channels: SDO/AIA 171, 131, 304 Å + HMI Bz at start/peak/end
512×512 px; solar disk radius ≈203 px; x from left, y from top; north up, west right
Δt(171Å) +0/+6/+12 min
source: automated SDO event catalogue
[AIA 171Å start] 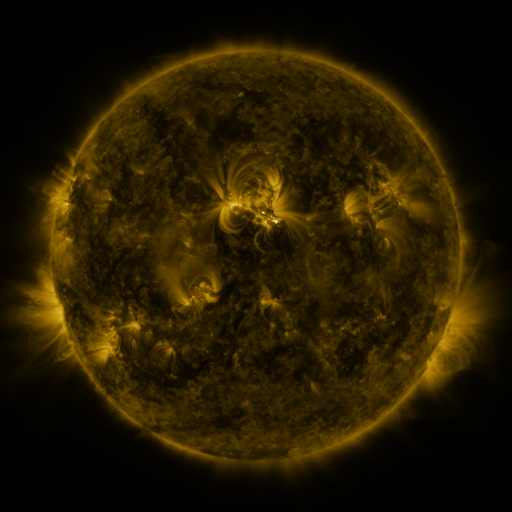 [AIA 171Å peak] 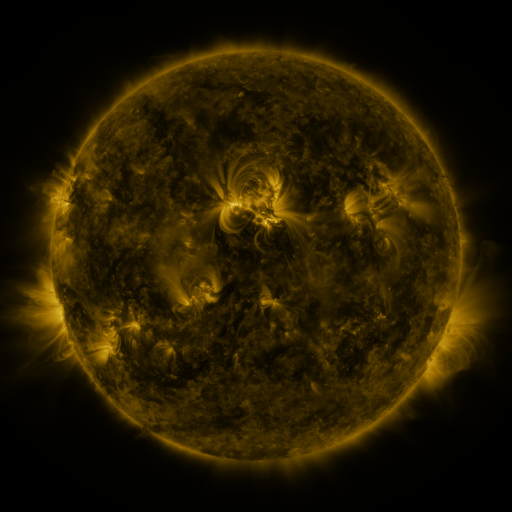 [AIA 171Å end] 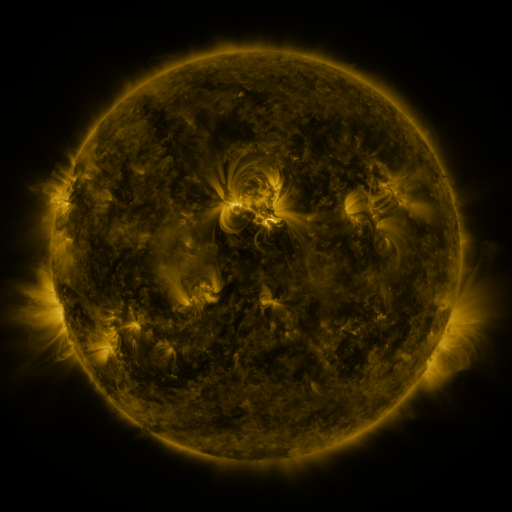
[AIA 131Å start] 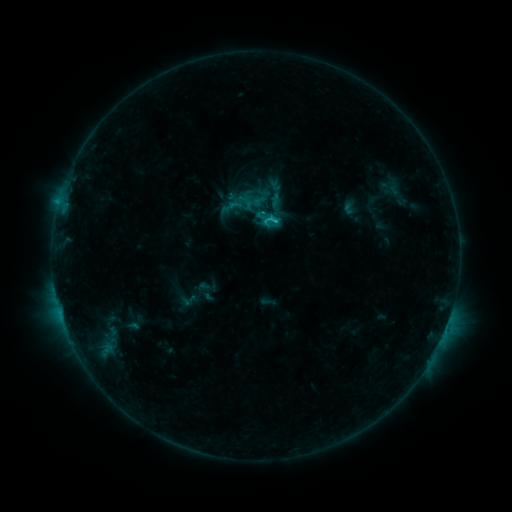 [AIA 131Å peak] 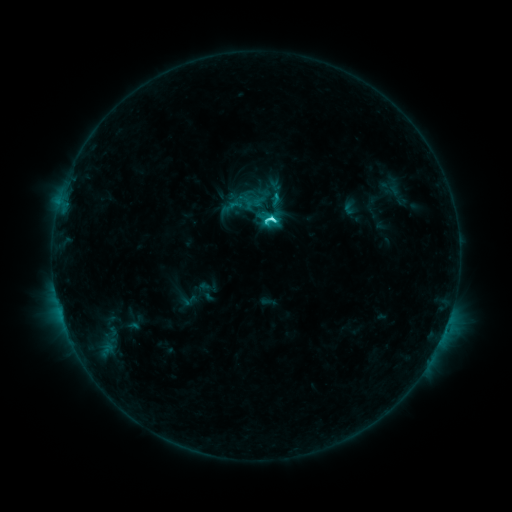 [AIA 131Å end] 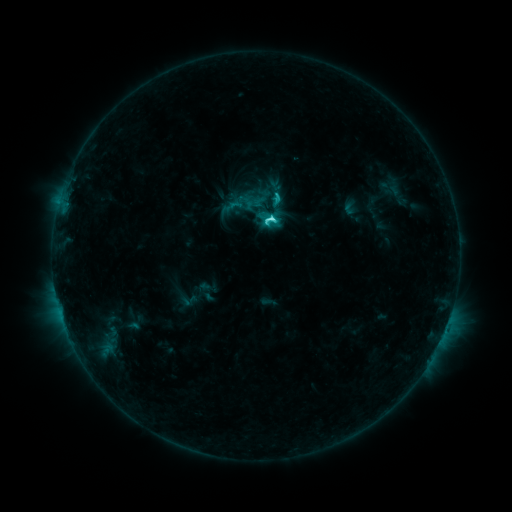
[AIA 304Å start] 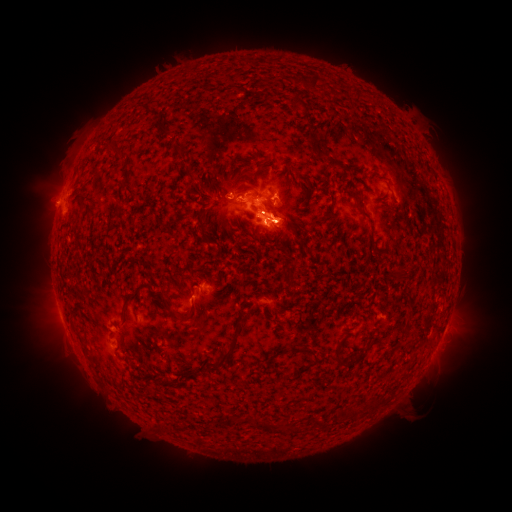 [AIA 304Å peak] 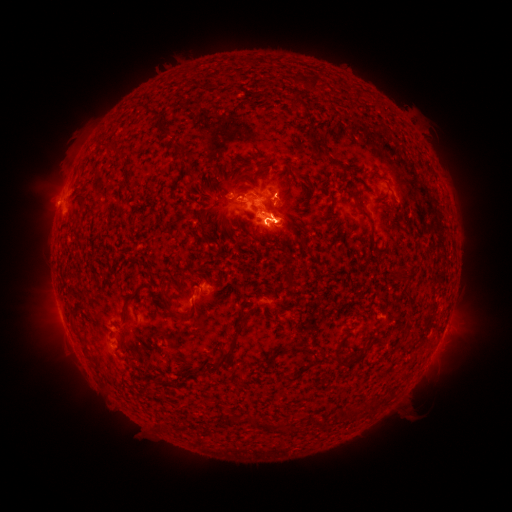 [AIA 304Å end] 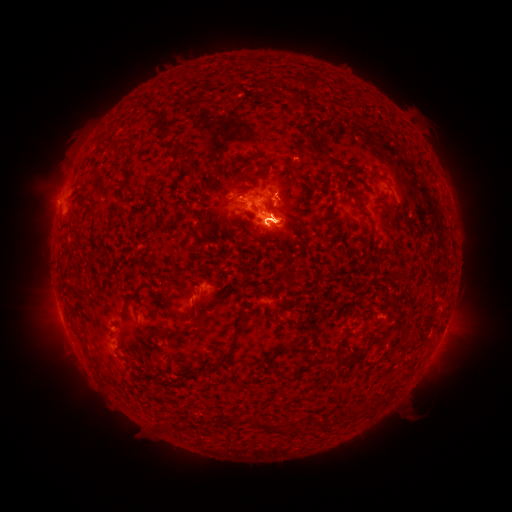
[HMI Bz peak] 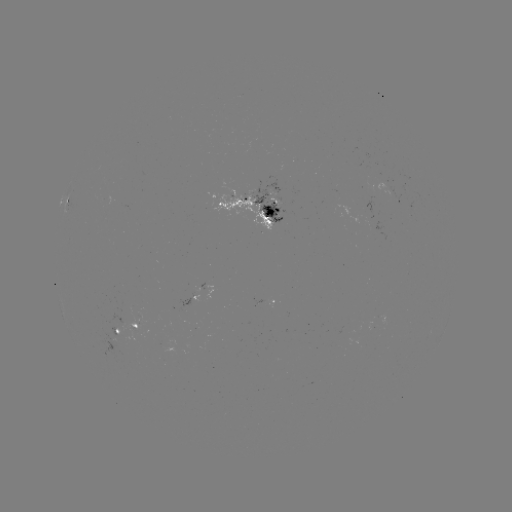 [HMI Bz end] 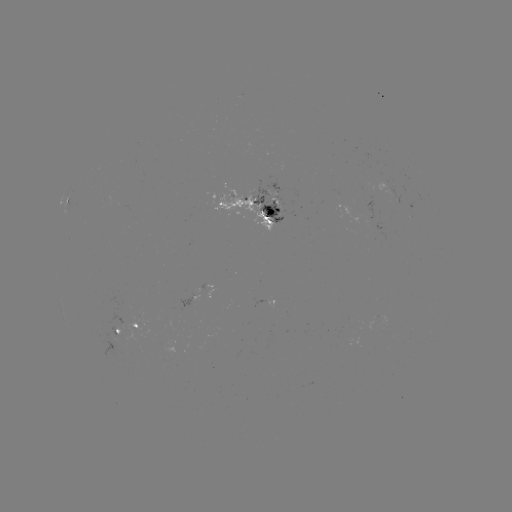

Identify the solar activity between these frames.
C4.3 flare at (270, 224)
